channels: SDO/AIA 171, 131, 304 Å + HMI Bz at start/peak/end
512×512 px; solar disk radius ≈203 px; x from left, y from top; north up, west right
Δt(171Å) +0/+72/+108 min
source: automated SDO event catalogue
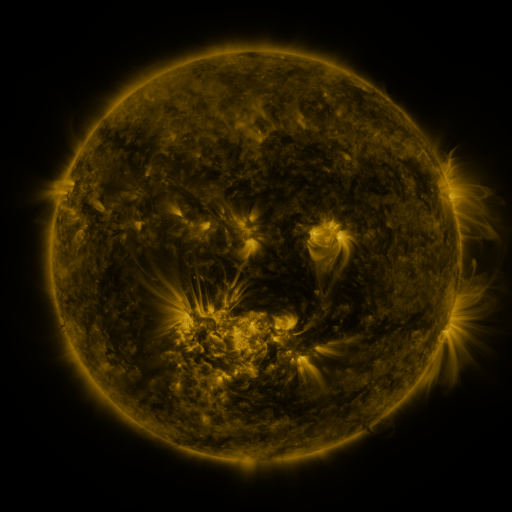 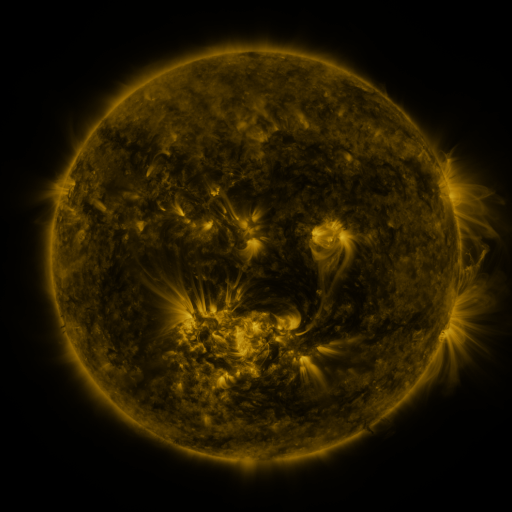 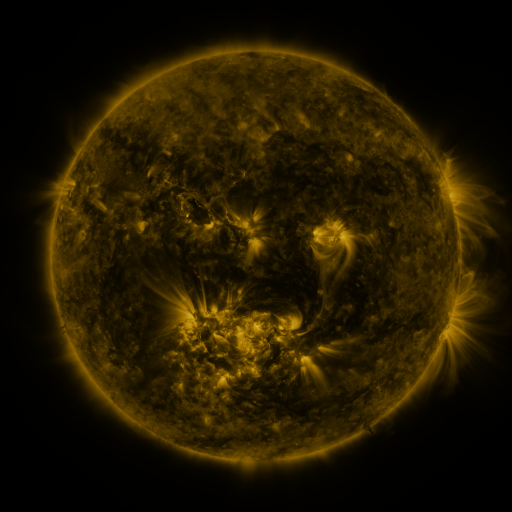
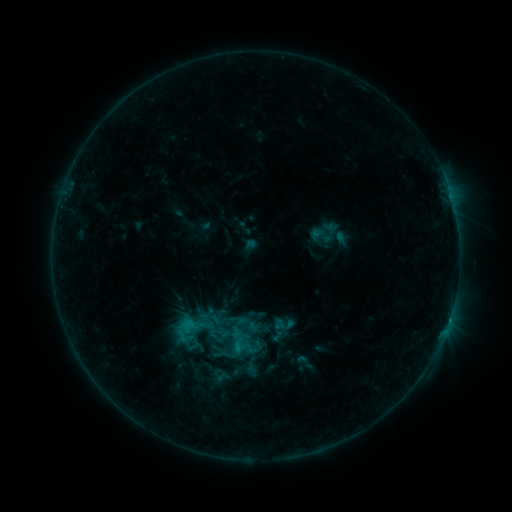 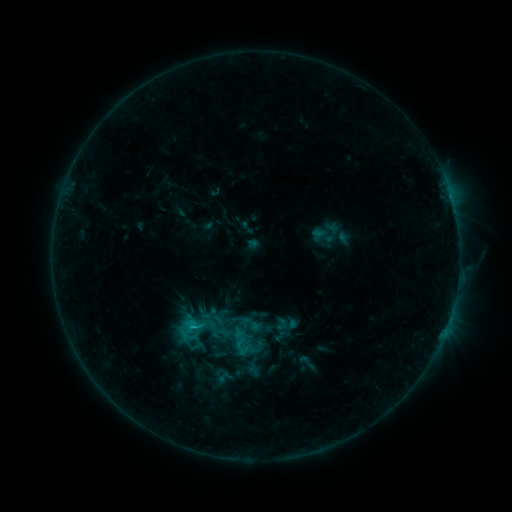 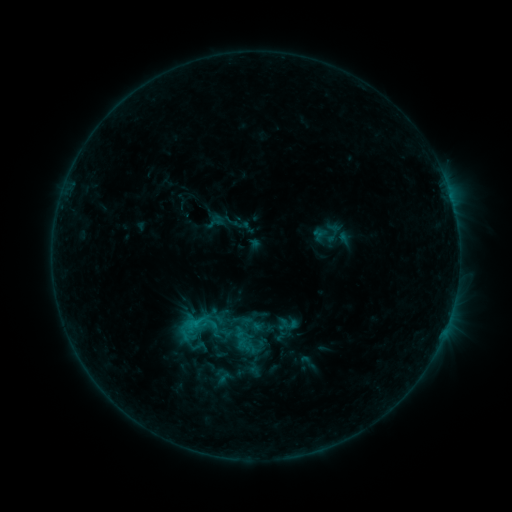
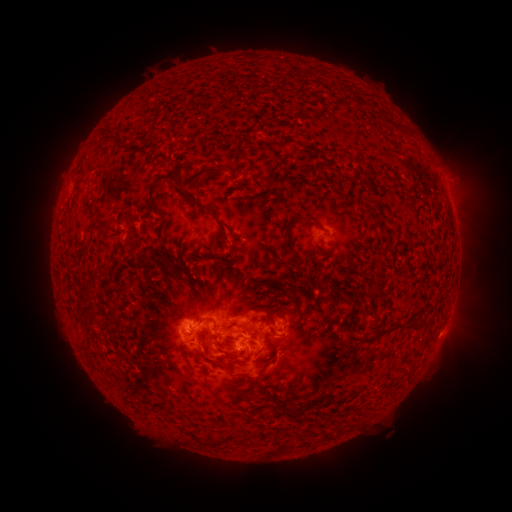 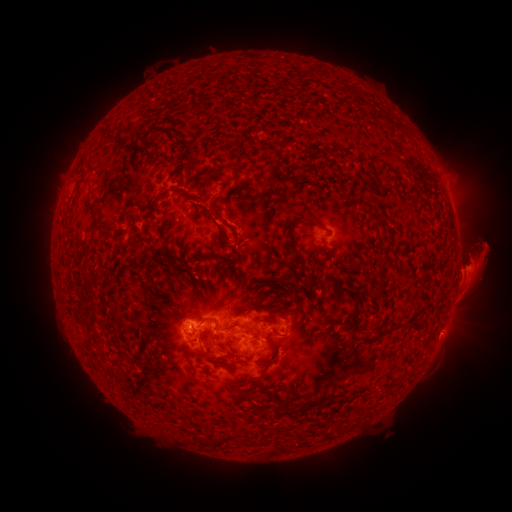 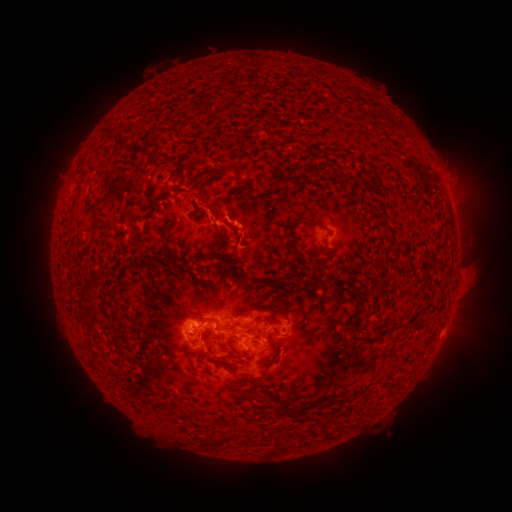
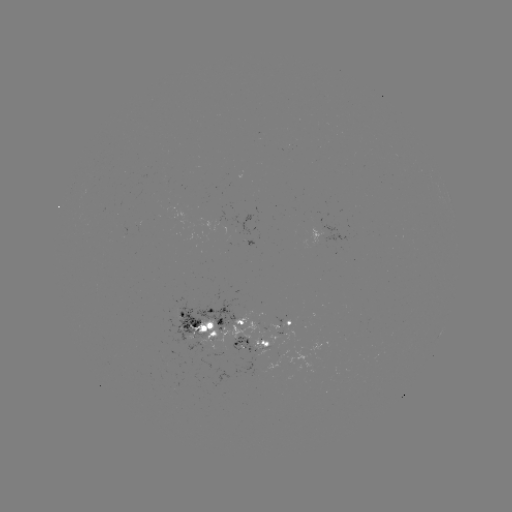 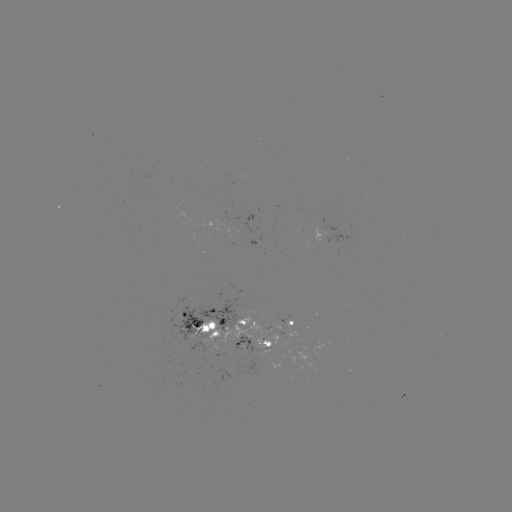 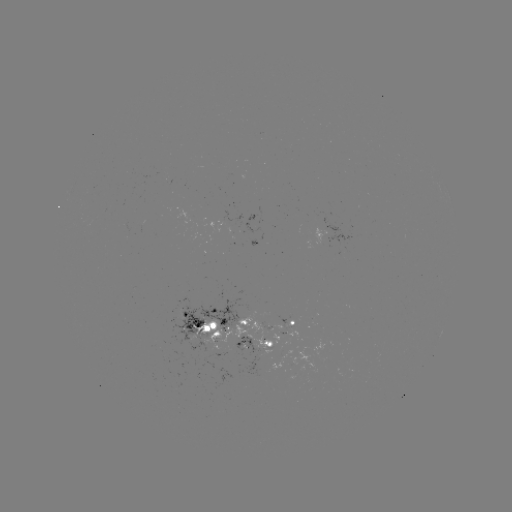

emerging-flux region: [161, 364, 175, 375]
